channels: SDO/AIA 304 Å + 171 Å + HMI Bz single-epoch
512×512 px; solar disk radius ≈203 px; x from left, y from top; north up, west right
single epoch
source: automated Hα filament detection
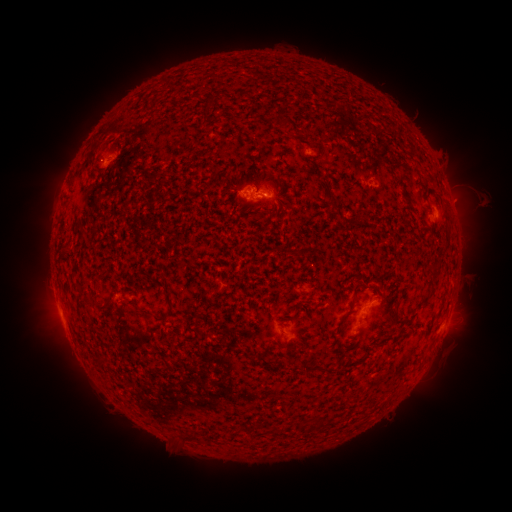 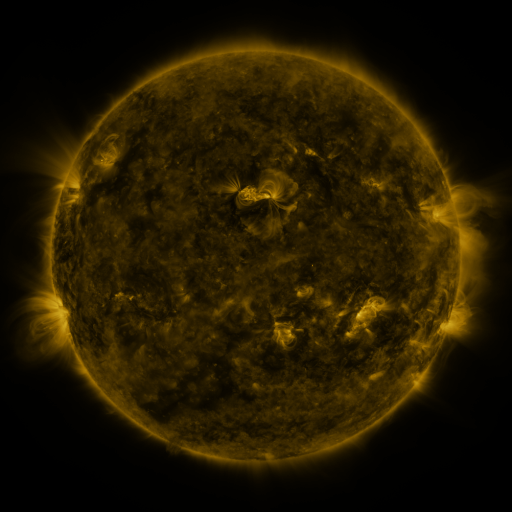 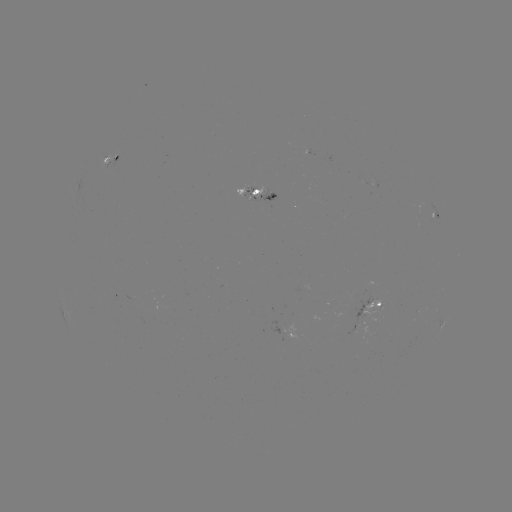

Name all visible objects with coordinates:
filament: <bbox>351, 283, 368, 295</bbox>
filament: <bbox>98, 298, 110, 309</bbox>
filament: <bbox>153, 306, 174, 321</bbox>
filament: <bbox>95, 357, 107, 365</bbox>
filament: <bbox>299, 361, 326, 374</bbox>
